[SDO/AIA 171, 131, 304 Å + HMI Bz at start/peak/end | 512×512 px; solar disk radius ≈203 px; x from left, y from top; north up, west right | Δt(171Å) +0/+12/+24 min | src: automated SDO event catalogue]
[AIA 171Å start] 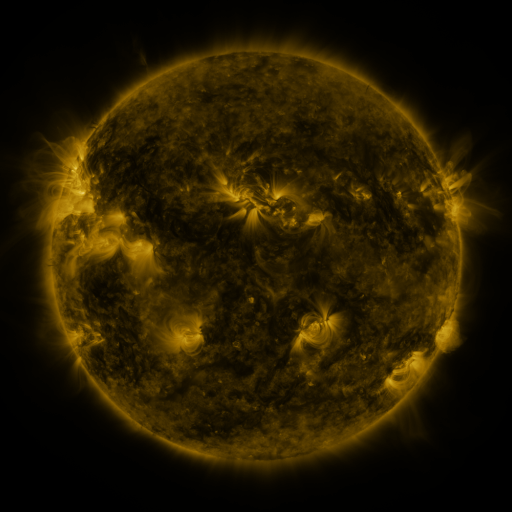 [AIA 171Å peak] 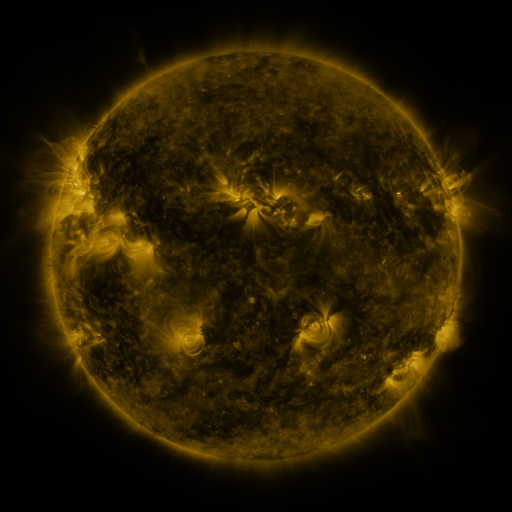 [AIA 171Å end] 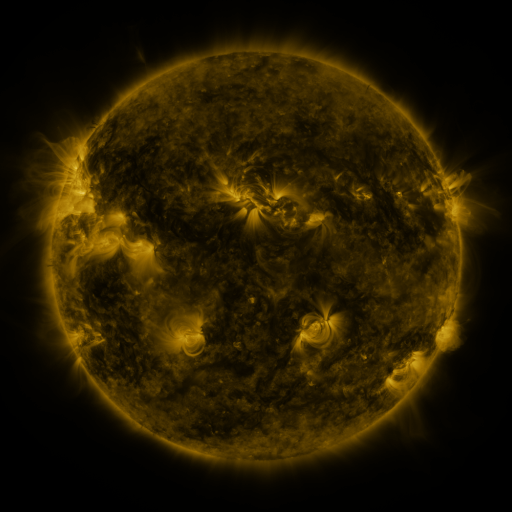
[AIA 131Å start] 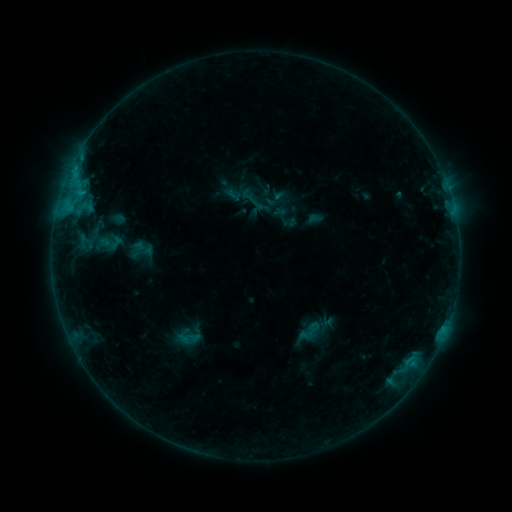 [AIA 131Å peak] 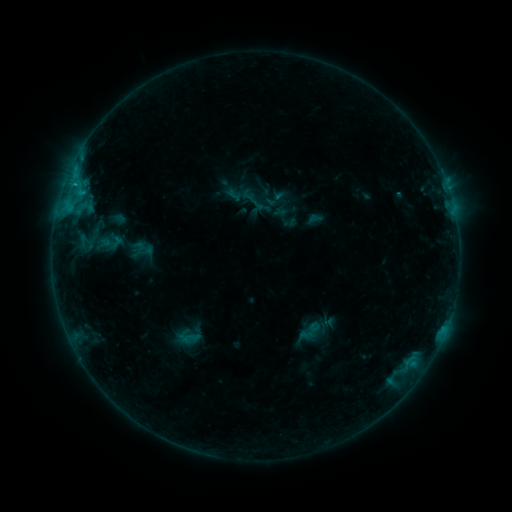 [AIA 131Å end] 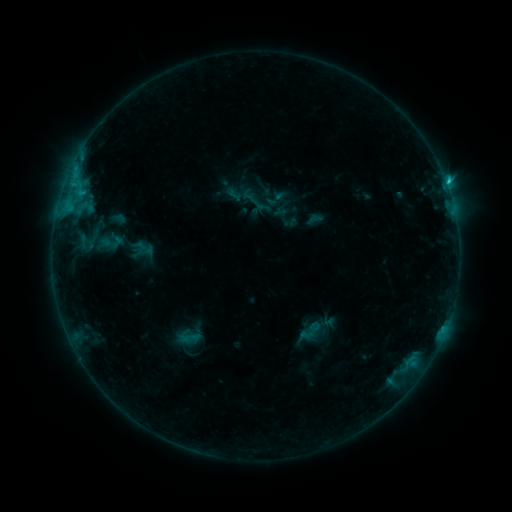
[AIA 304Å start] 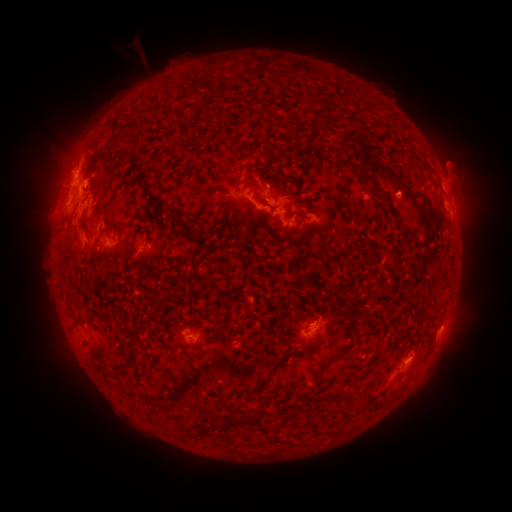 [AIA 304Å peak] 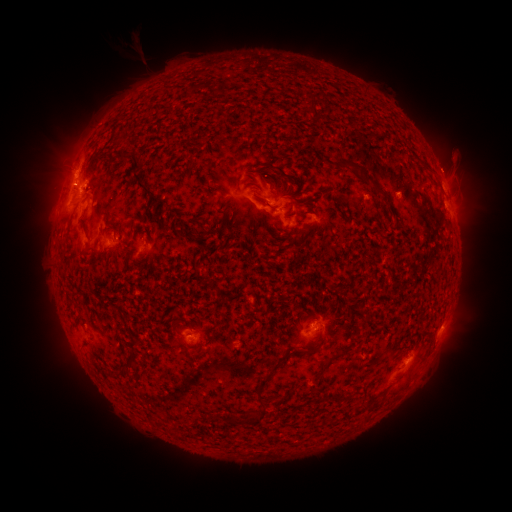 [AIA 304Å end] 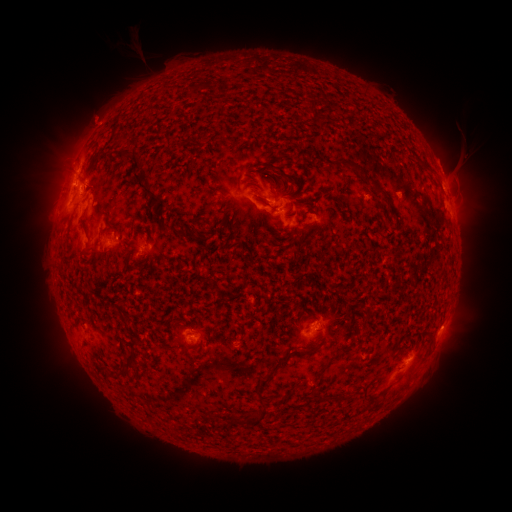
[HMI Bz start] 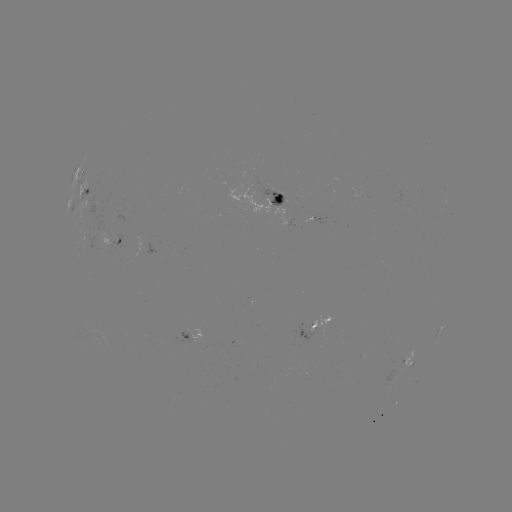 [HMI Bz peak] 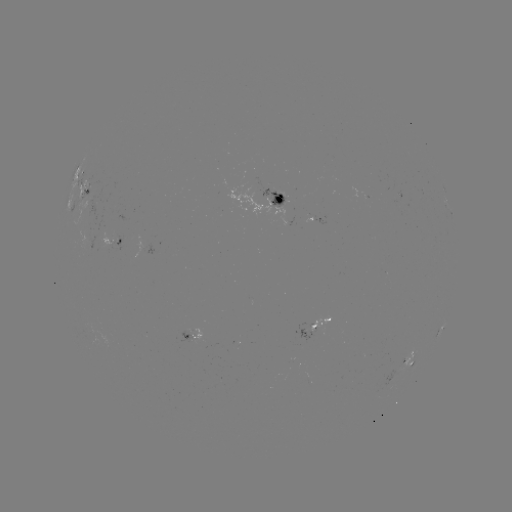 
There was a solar eruption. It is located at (459, 154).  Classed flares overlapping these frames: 1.